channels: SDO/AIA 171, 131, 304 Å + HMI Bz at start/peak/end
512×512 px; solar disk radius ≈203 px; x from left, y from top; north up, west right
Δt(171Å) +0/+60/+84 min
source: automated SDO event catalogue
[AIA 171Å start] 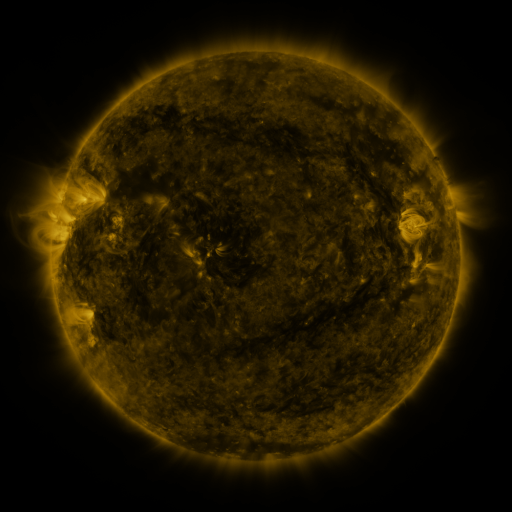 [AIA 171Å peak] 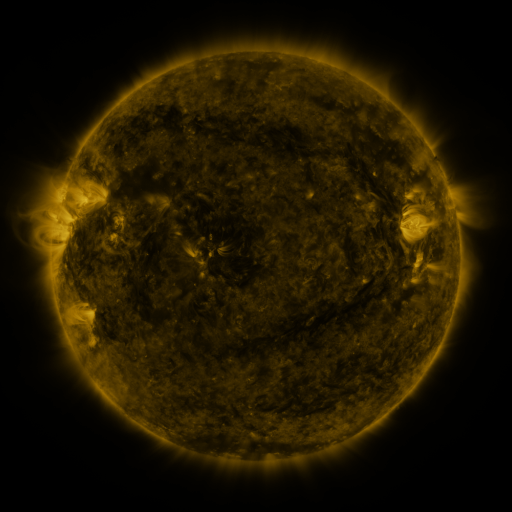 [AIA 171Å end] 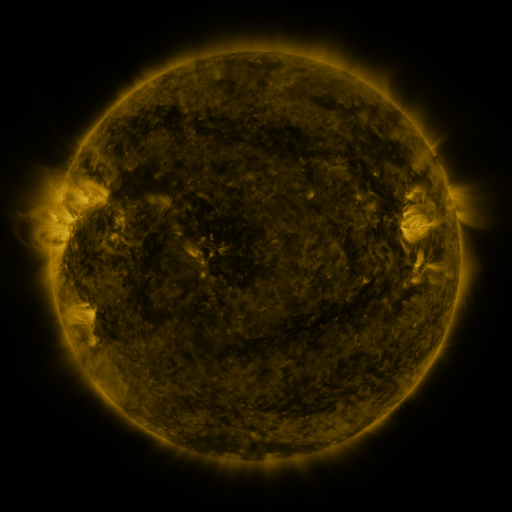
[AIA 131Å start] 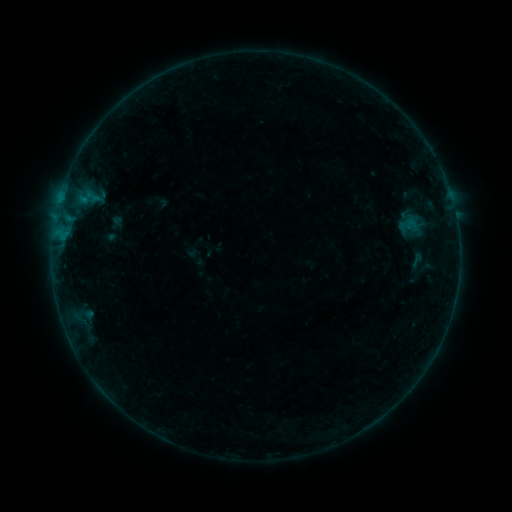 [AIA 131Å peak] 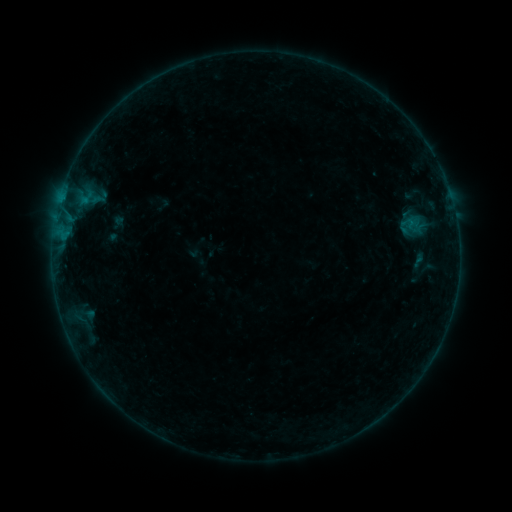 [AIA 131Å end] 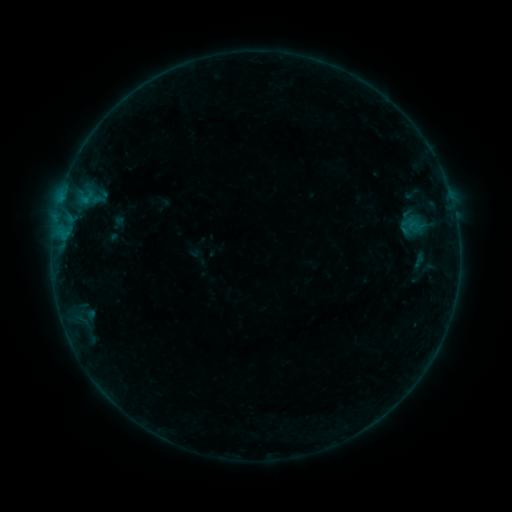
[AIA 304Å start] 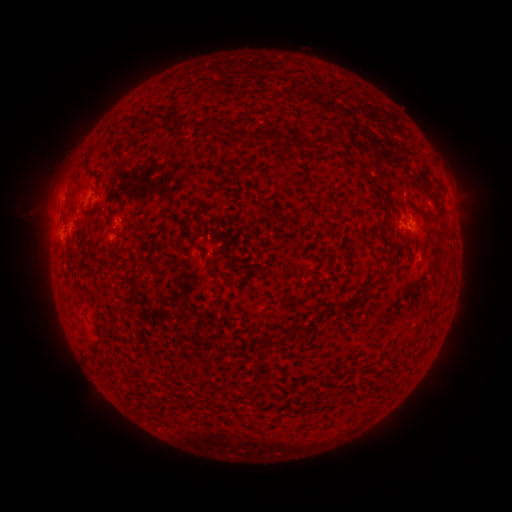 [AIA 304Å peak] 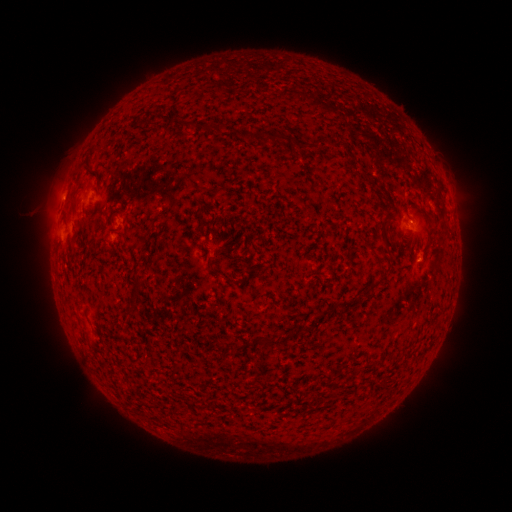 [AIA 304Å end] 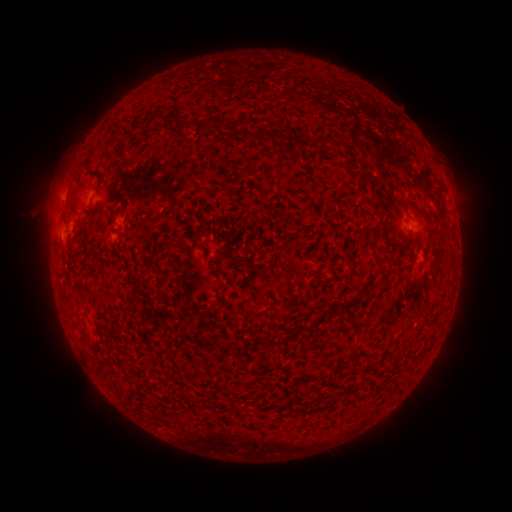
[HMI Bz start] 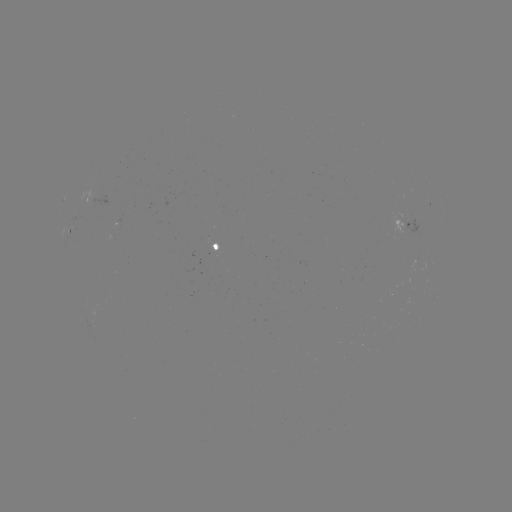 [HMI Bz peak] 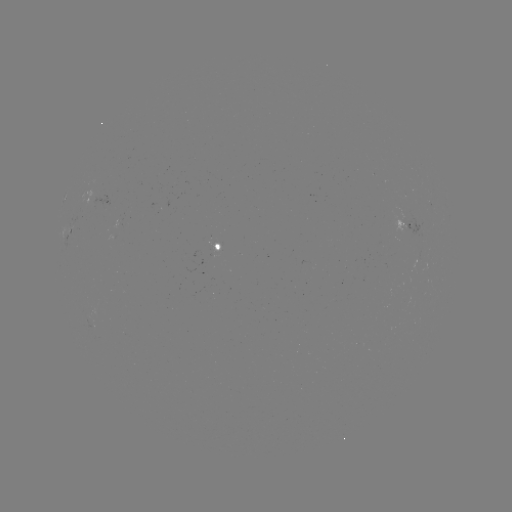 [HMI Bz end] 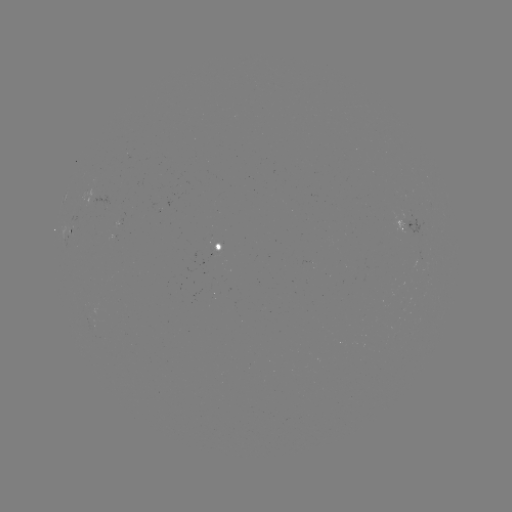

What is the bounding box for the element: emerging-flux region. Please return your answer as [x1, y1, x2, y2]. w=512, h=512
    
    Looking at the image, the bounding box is [412, 258, 420, 274].